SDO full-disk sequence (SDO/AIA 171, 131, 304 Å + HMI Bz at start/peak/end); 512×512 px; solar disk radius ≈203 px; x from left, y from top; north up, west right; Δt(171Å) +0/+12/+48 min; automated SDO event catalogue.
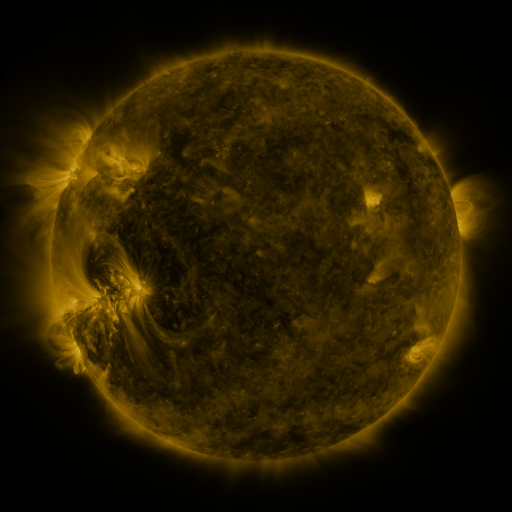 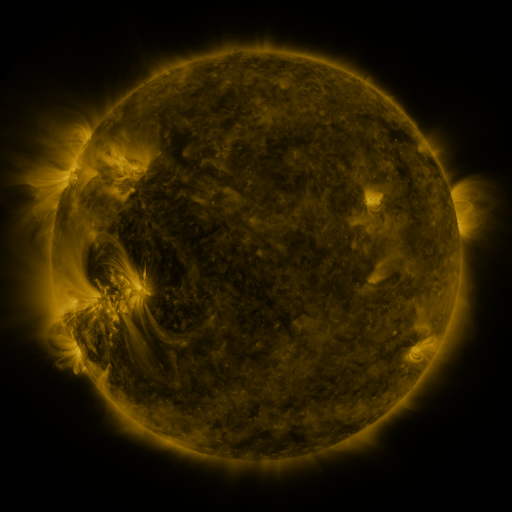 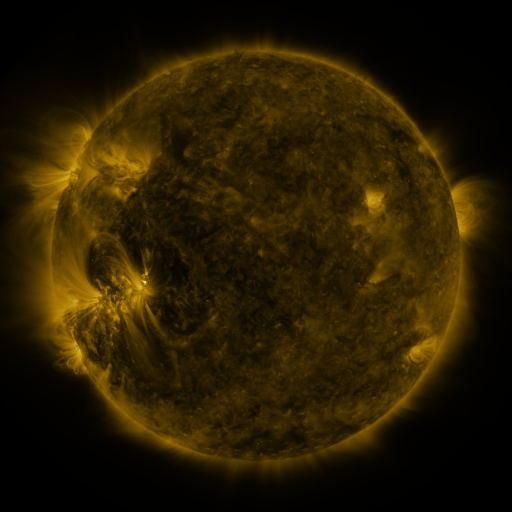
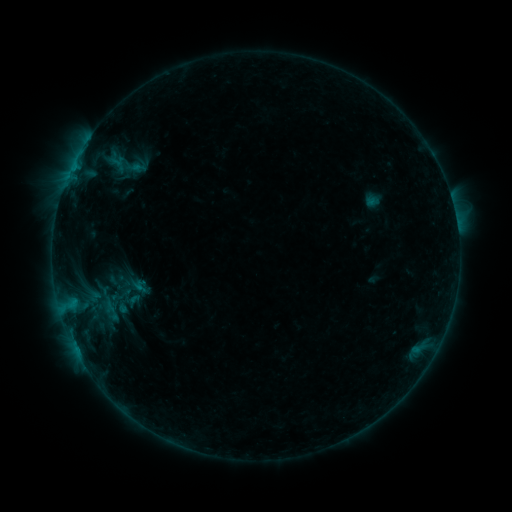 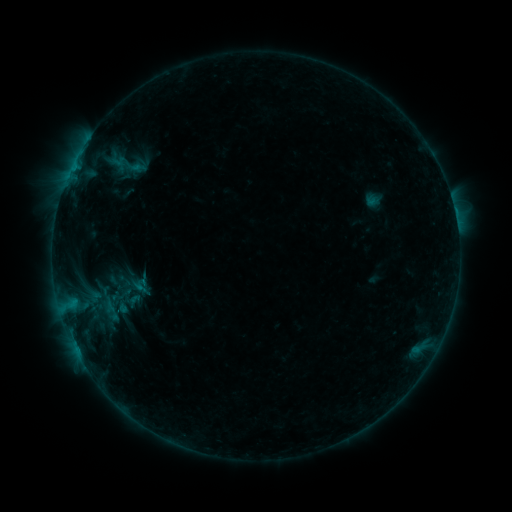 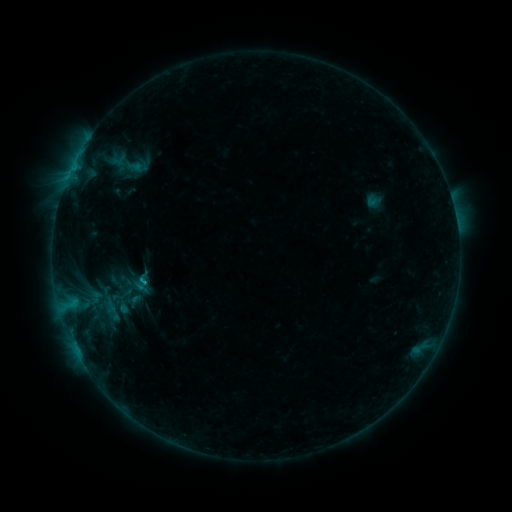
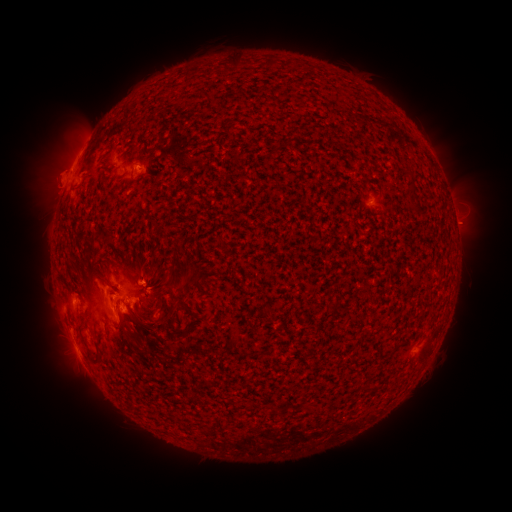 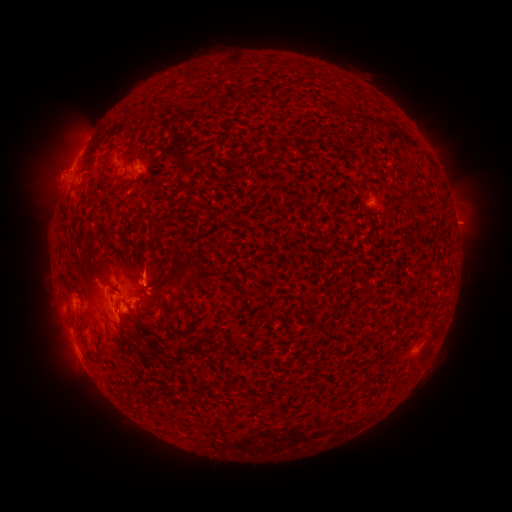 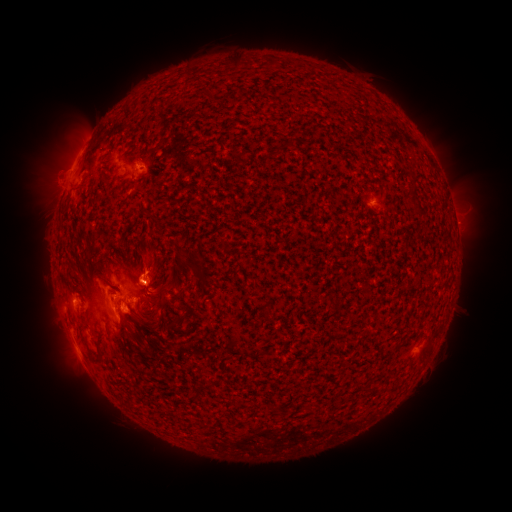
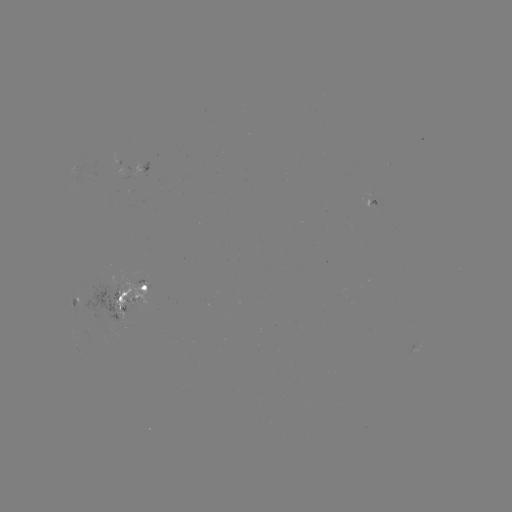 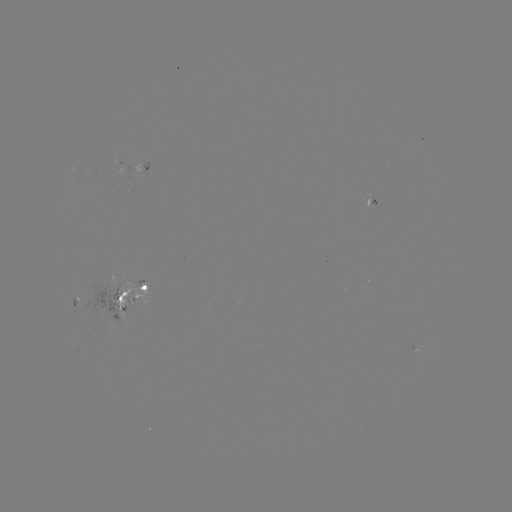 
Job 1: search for emerging-flux region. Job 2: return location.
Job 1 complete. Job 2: (119, 291).